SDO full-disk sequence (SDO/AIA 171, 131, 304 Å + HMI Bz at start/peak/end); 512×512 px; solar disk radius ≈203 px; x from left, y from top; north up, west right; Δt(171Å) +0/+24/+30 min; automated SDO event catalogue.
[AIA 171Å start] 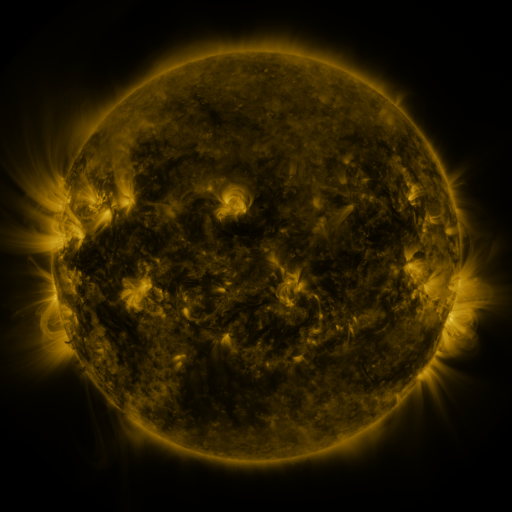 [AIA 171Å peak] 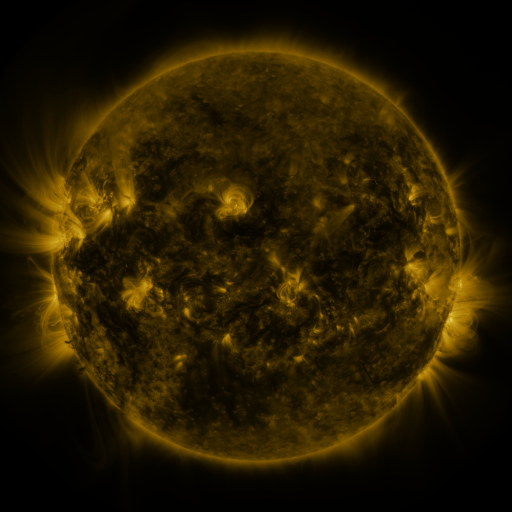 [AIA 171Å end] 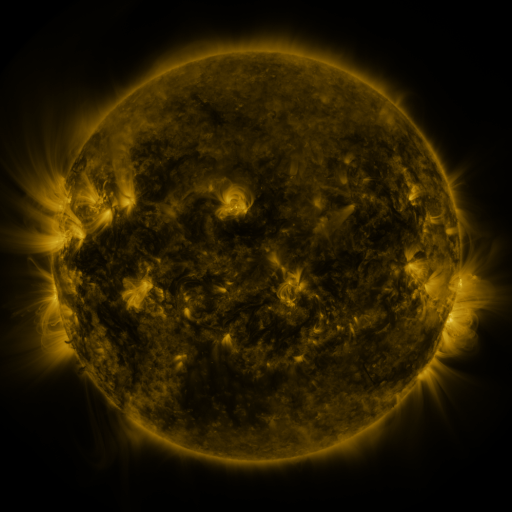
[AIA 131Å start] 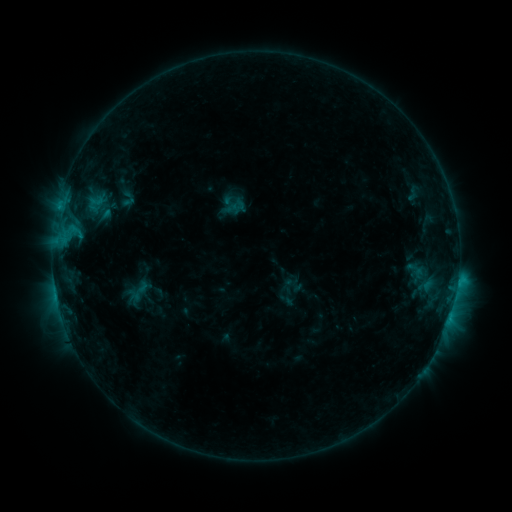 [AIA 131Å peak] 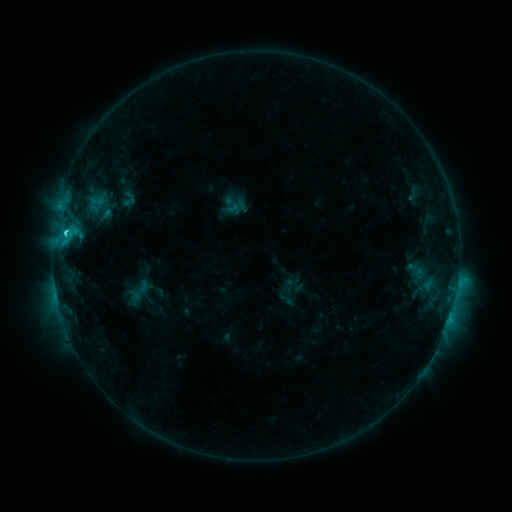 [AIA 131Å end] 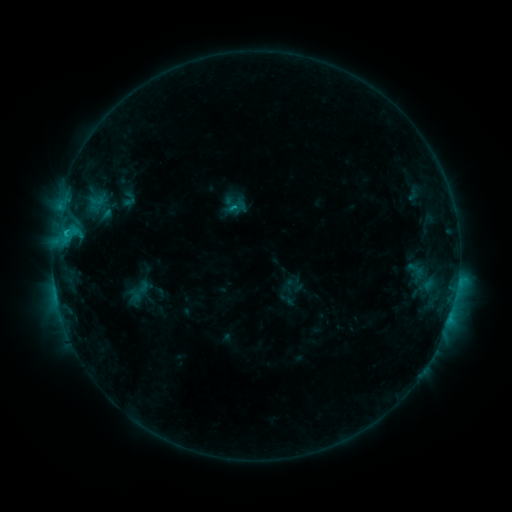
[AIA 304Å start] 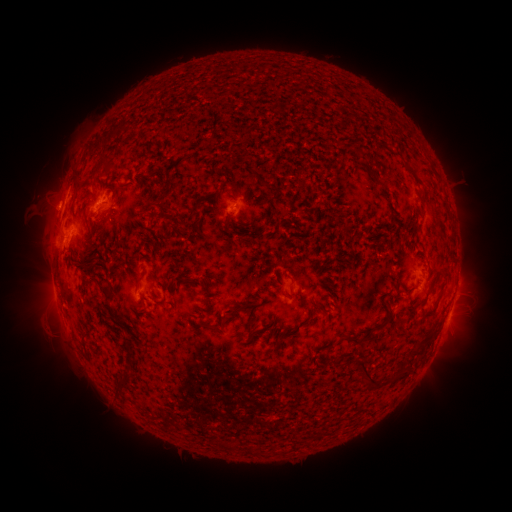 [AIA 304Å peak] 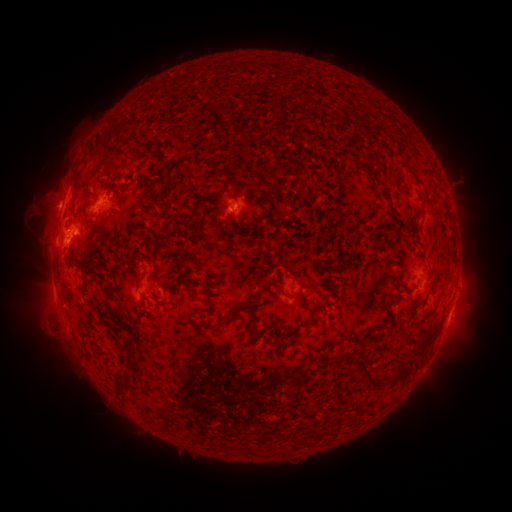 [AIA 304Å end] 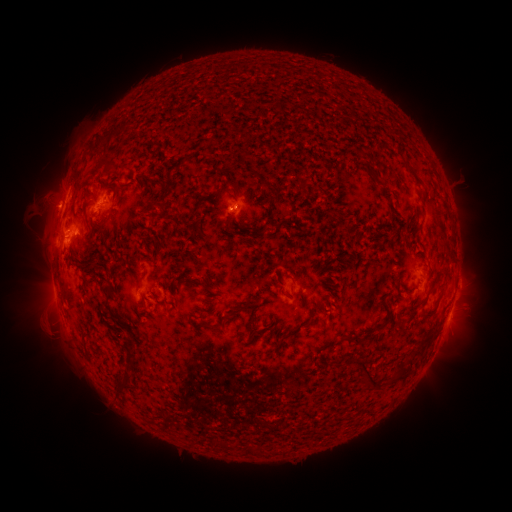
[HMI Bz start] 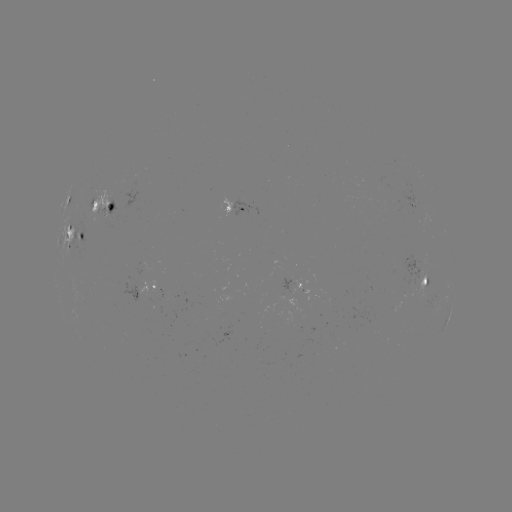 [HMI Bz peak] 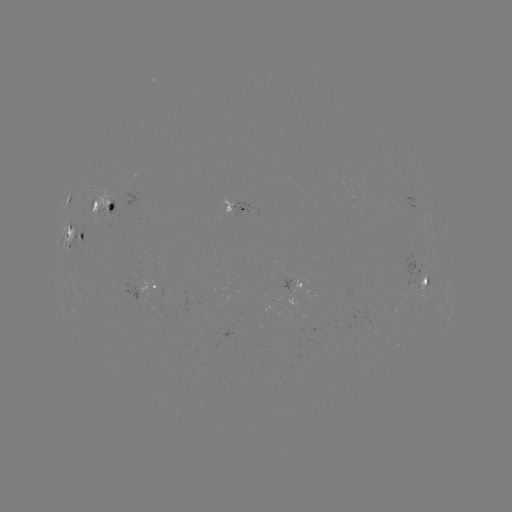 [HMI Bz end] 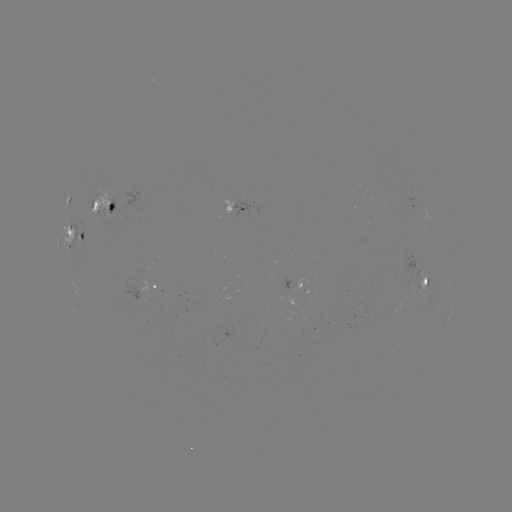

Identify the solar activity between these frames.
C2.7 flare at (66, 233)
